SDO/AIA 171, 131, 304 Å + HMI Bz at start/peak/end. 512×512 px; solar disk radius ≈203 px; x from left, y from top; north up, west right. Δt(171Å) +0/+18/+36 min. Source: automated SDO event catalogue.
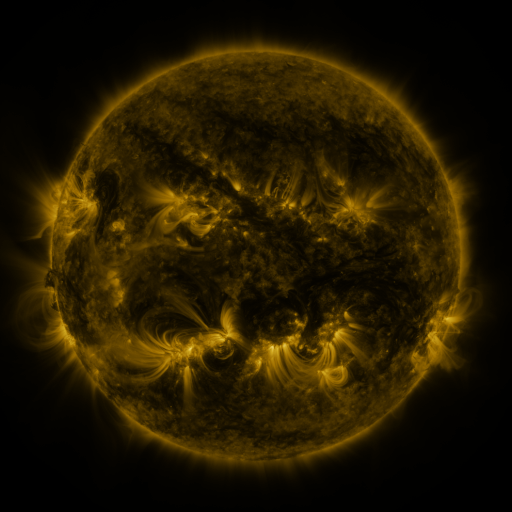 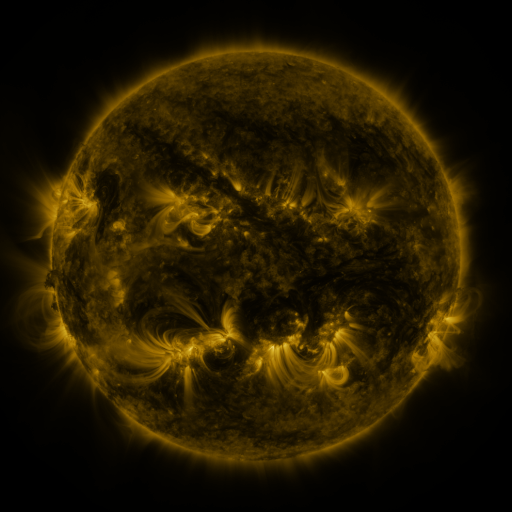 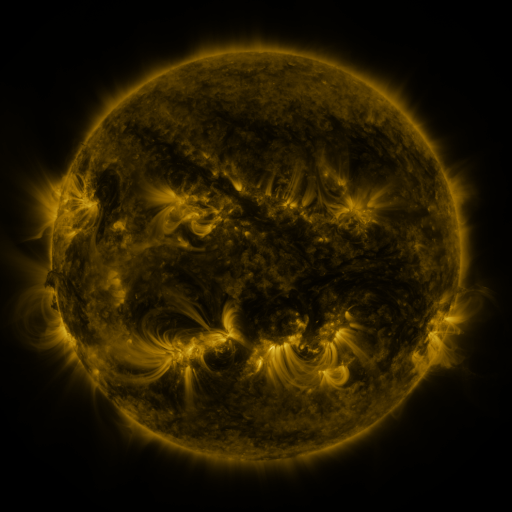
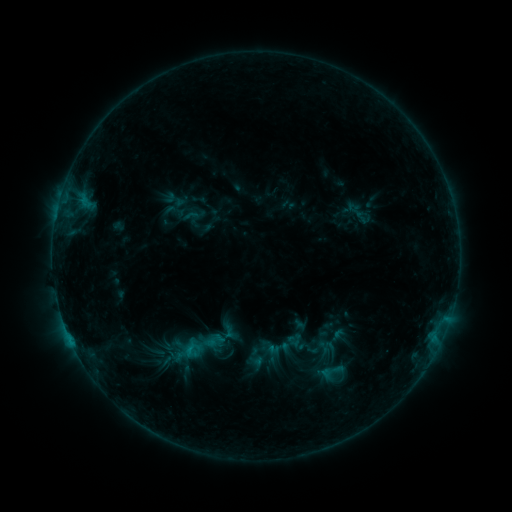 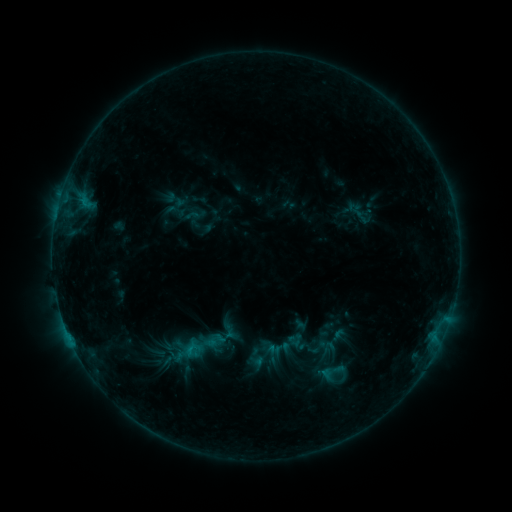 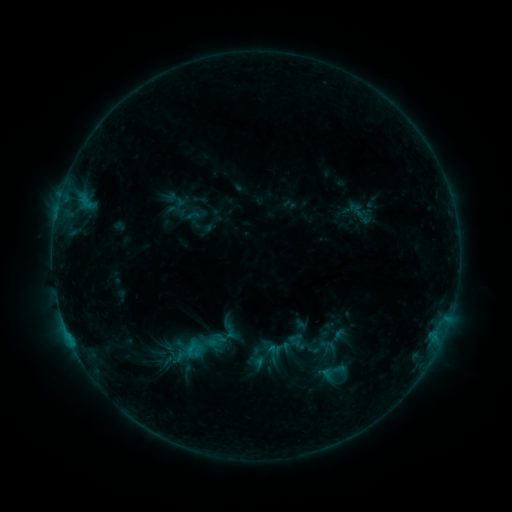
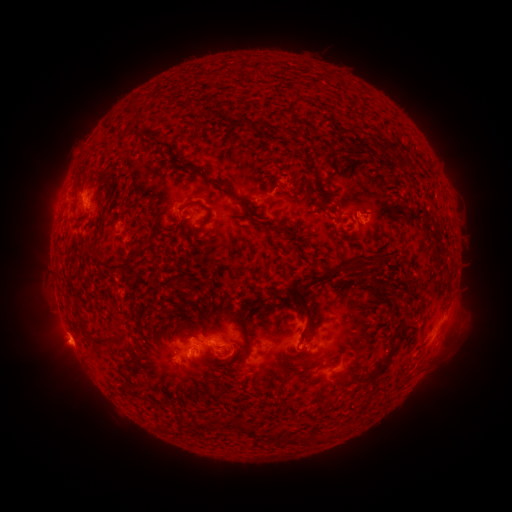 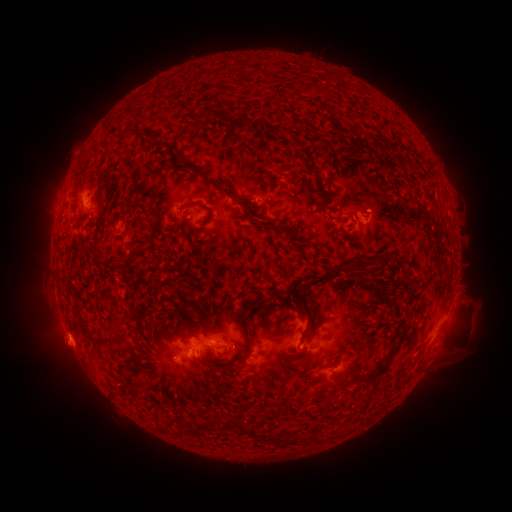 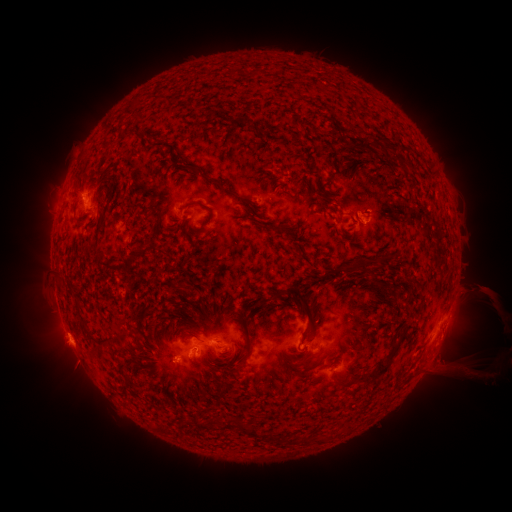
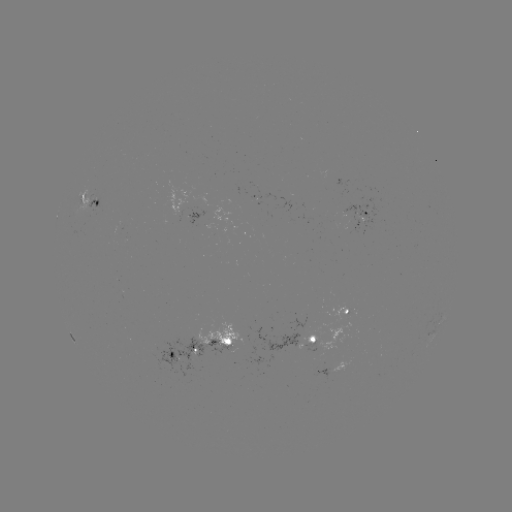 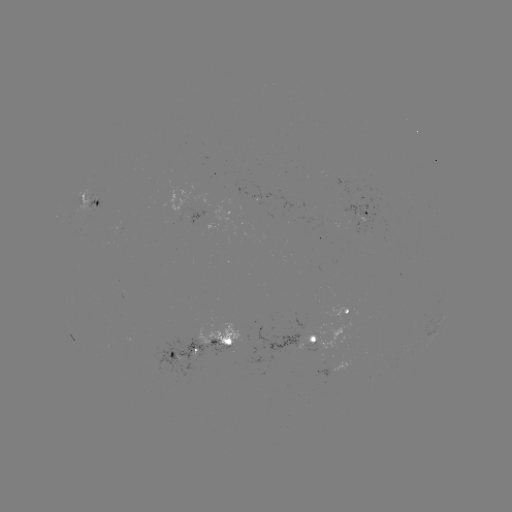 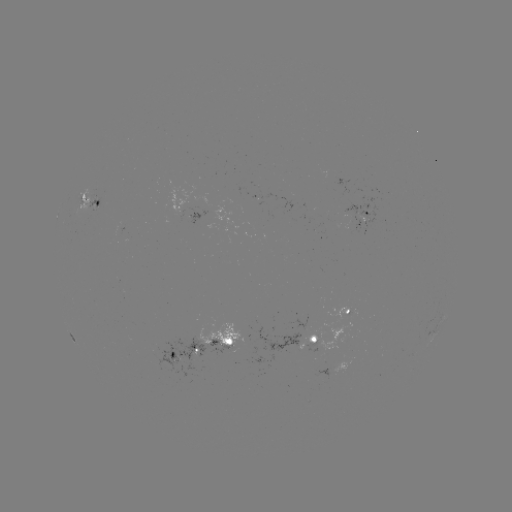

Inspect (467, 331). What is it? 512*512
eruption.